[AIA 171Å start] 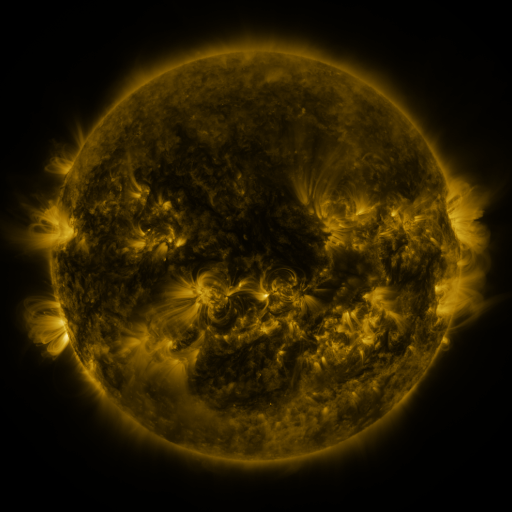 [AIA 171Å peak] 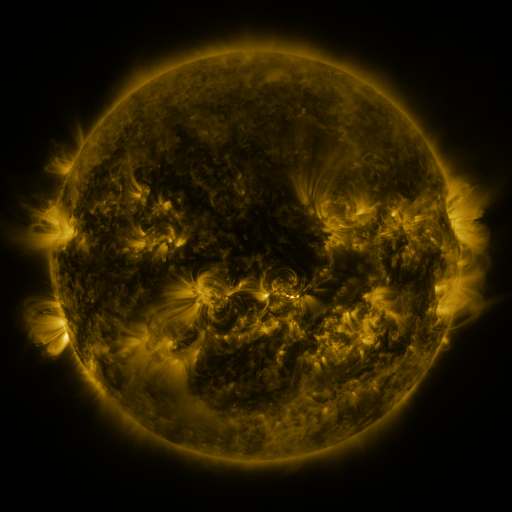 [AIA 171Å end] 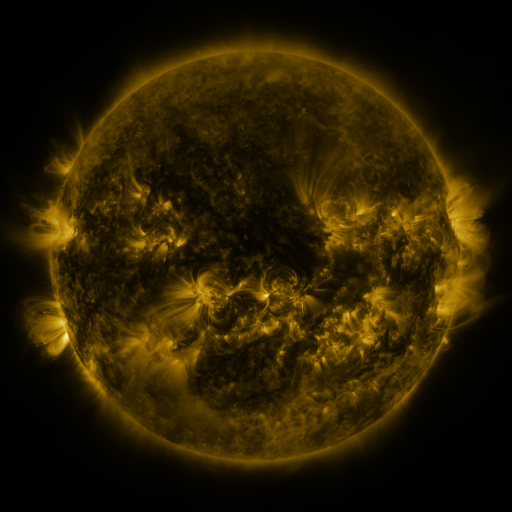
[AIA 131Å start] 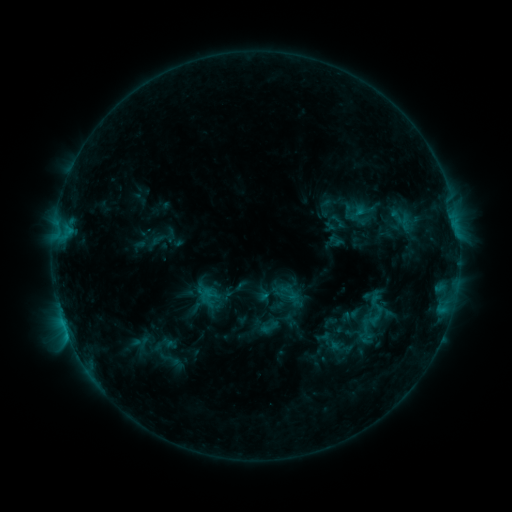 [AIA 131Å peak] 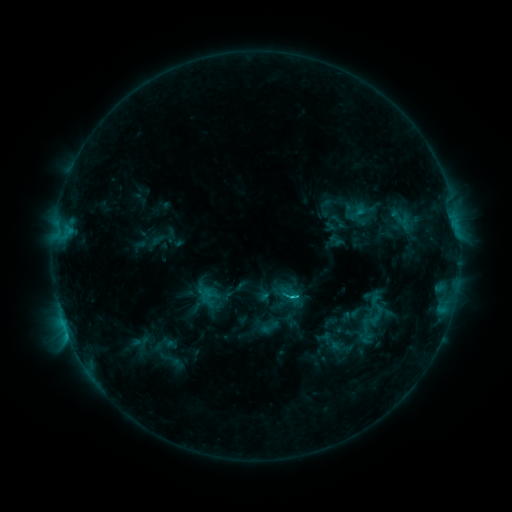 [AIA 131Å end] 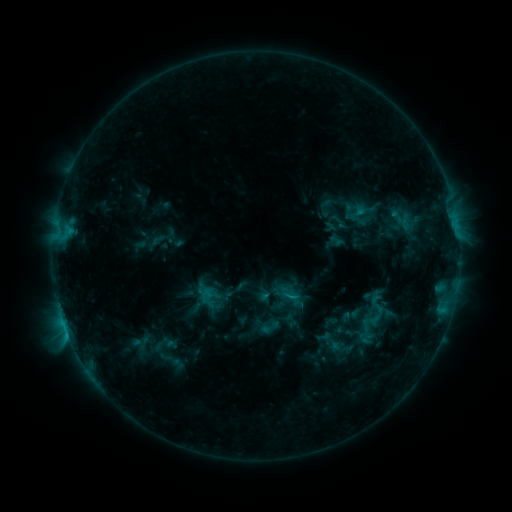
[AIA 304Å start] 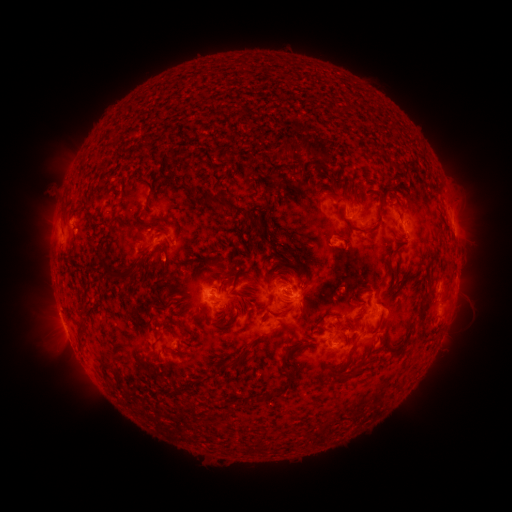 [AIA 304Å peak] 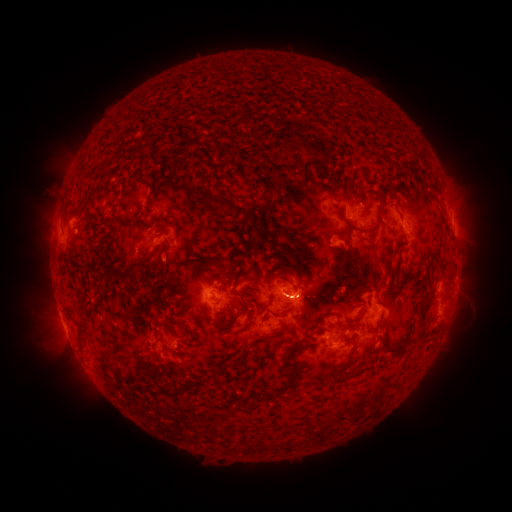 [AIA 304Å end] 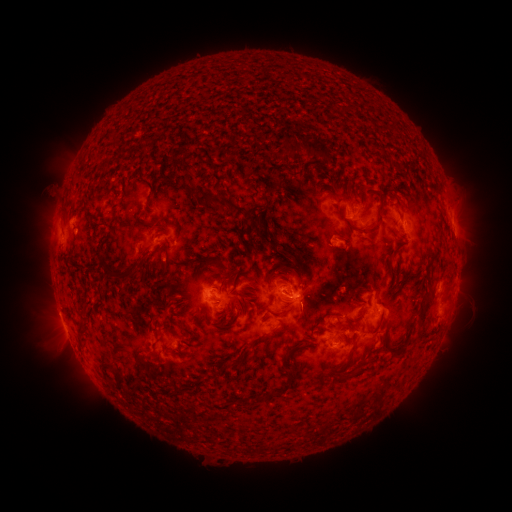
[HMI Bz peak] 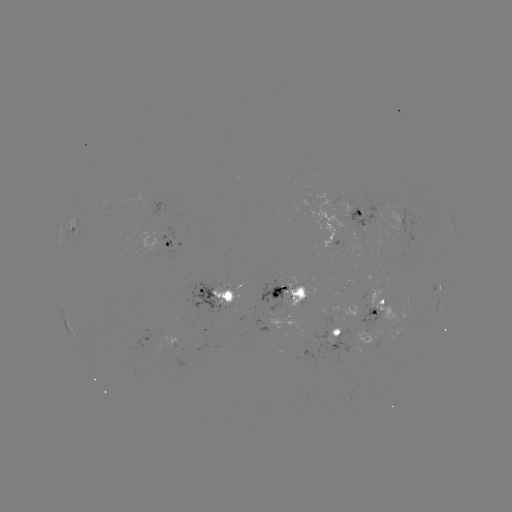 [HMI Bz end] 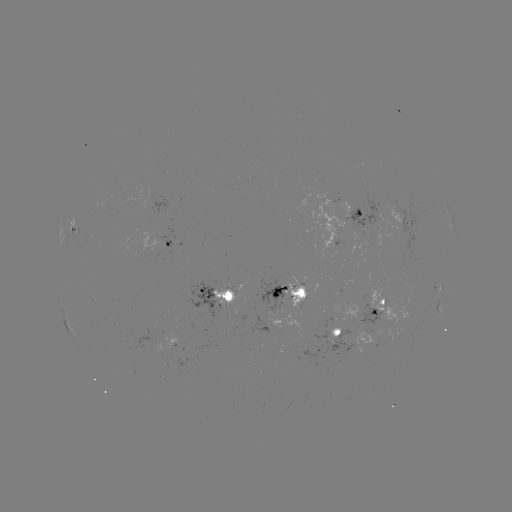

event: flare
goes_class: C1.4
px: (287, 293)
